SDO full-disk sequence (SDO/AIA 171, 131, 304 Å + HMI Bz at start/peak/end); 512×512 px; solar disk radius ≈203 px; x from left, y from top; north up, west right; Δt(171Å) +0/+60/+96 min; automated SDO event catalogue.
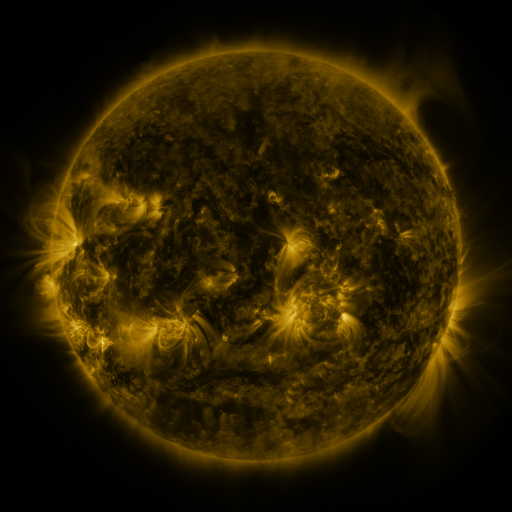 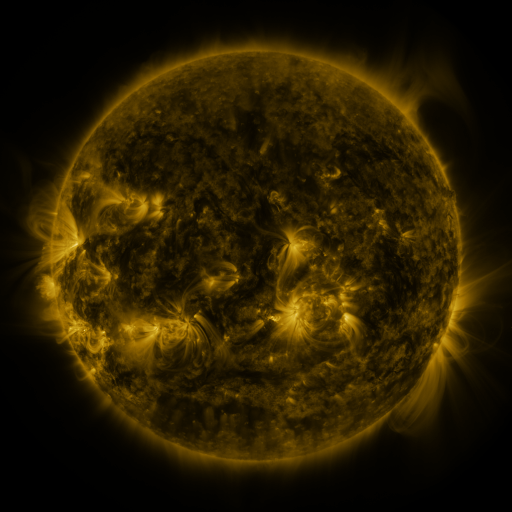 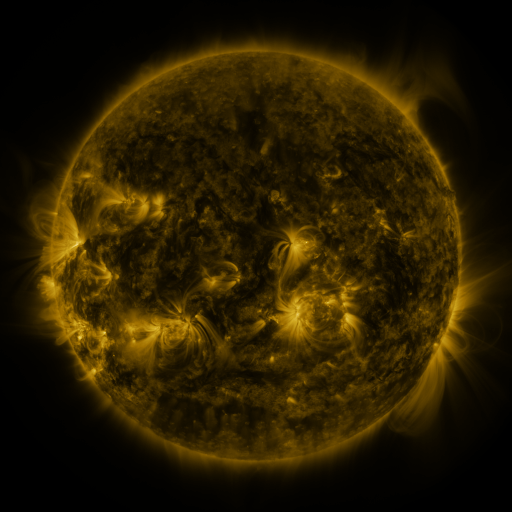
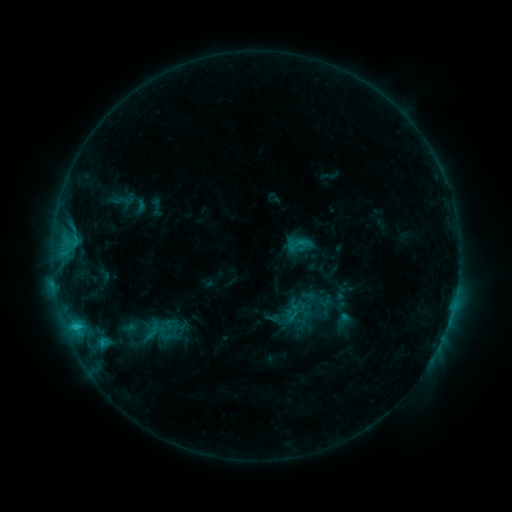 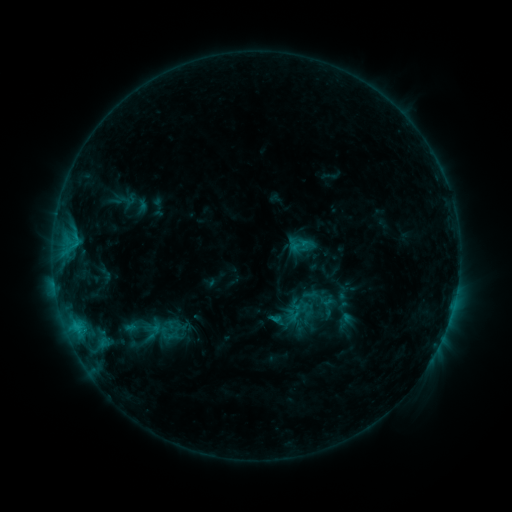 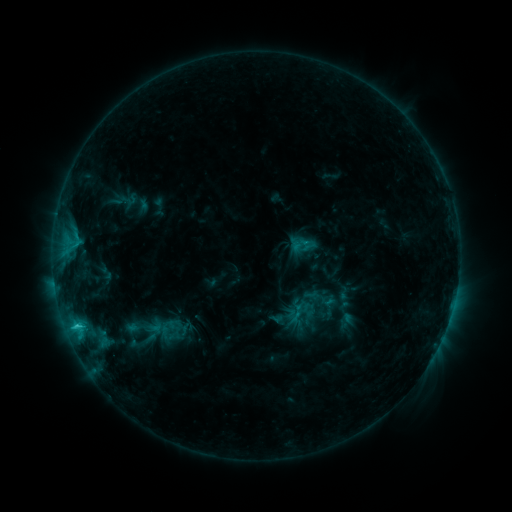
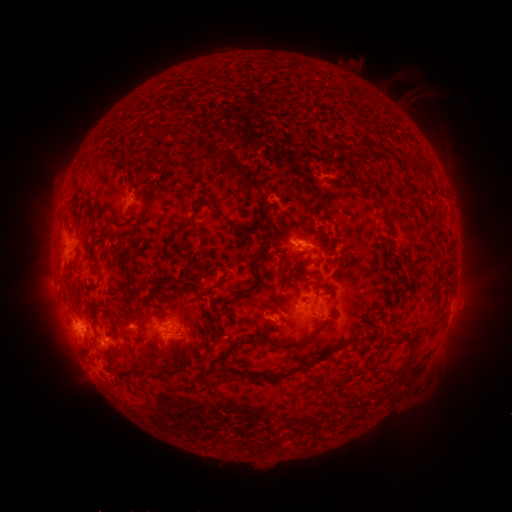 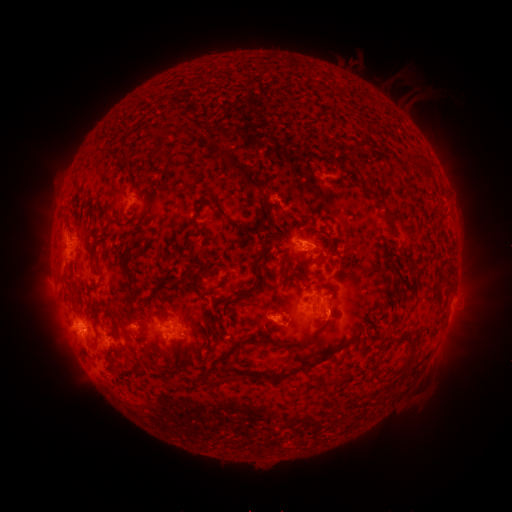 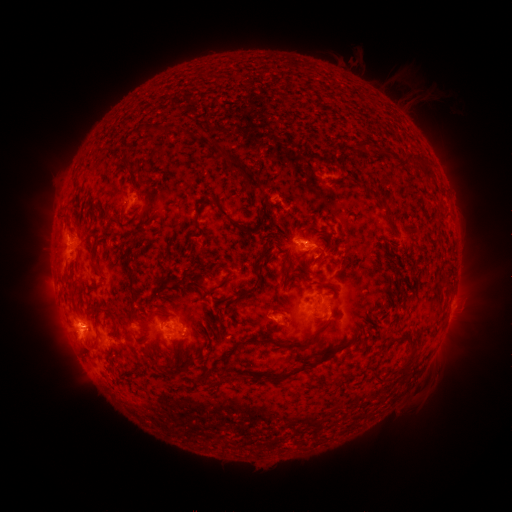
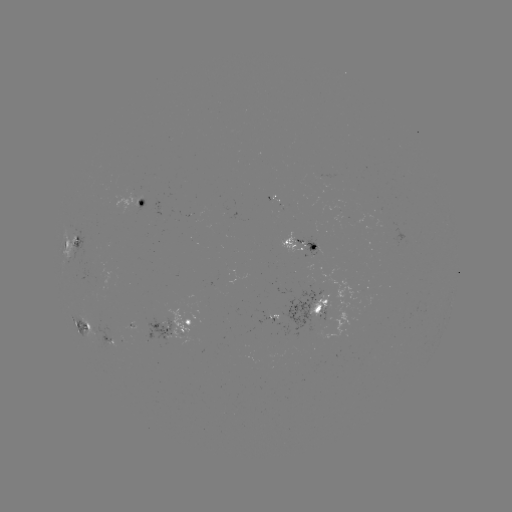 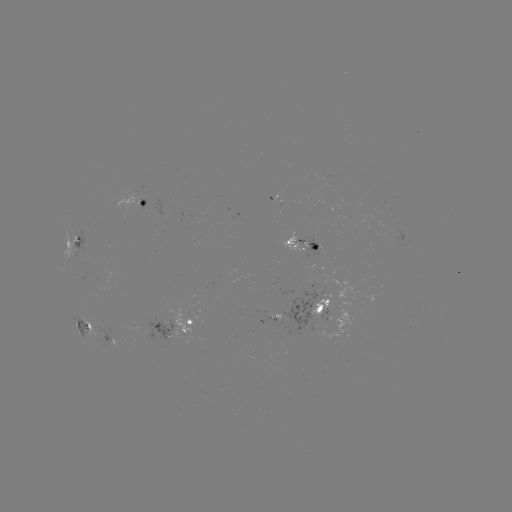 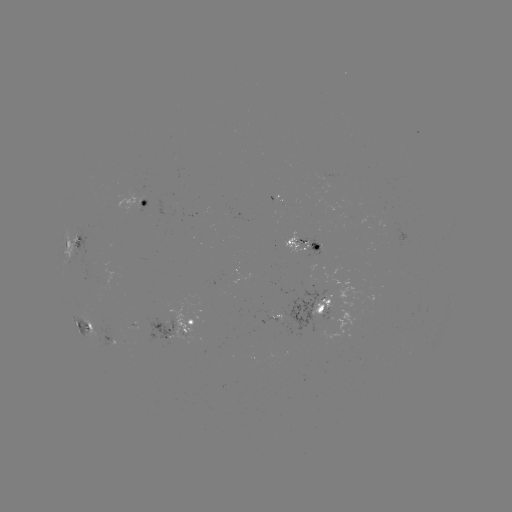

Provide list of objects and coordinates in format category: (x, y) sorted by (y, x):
emerging-flux region: (325, 177)
